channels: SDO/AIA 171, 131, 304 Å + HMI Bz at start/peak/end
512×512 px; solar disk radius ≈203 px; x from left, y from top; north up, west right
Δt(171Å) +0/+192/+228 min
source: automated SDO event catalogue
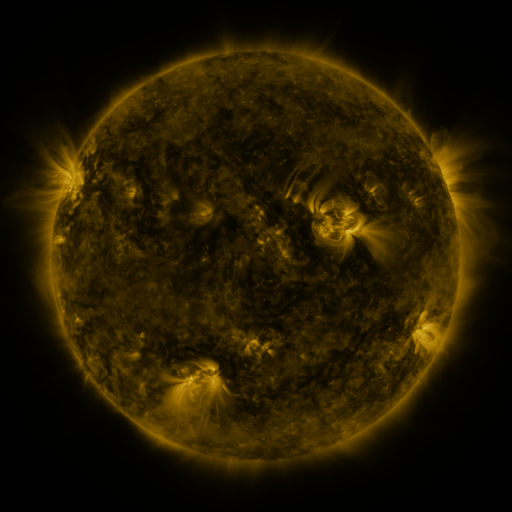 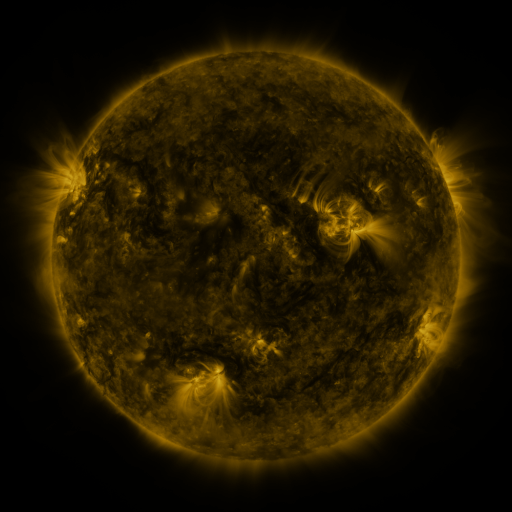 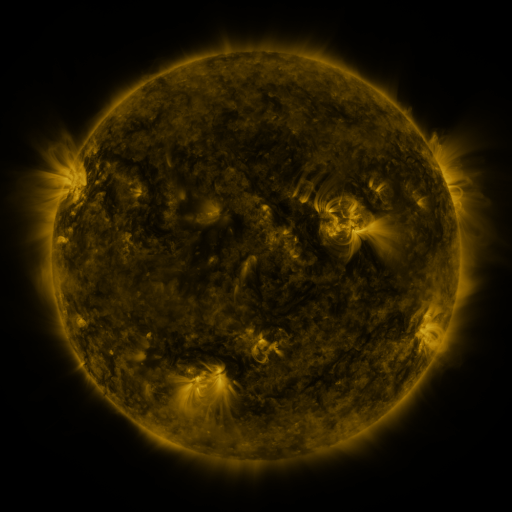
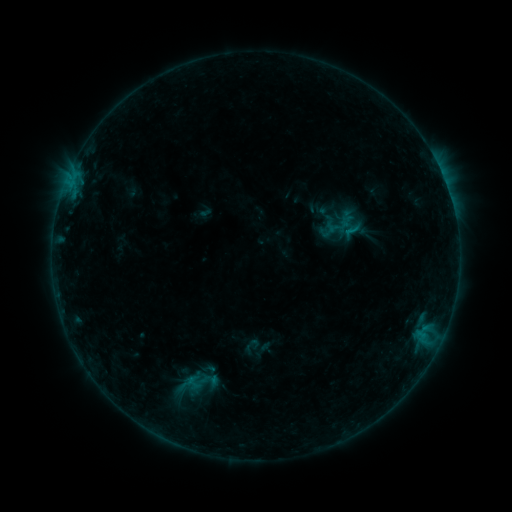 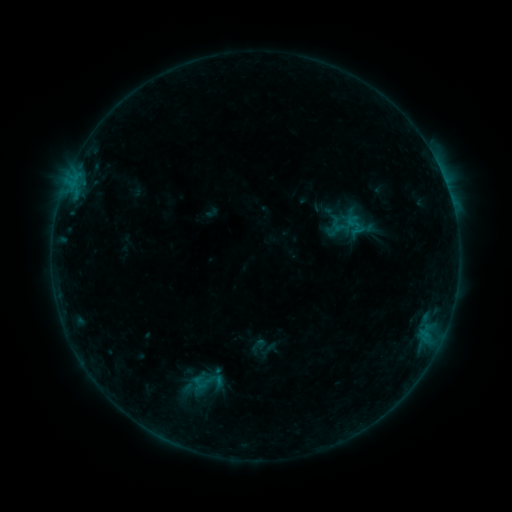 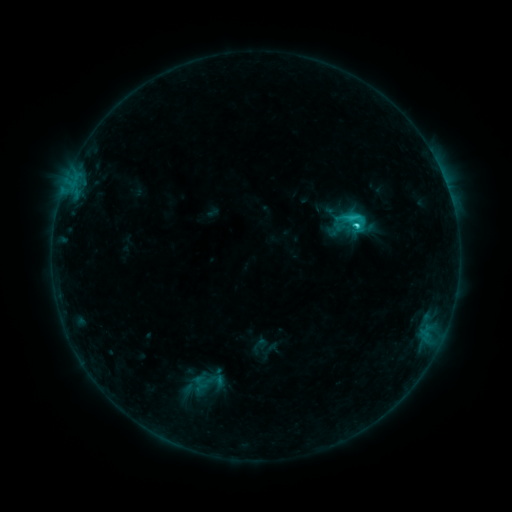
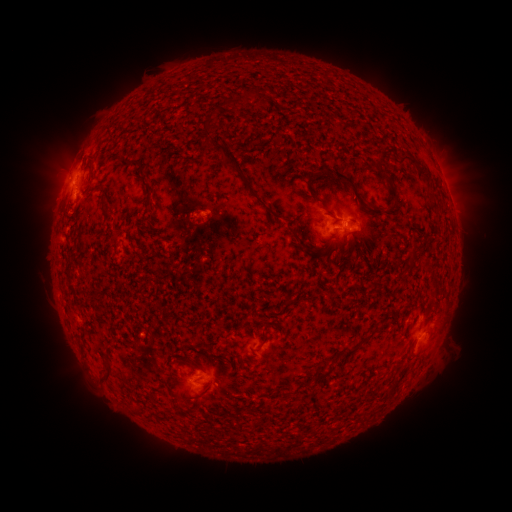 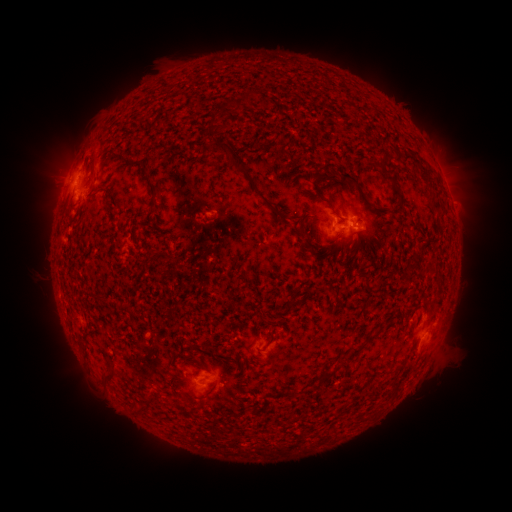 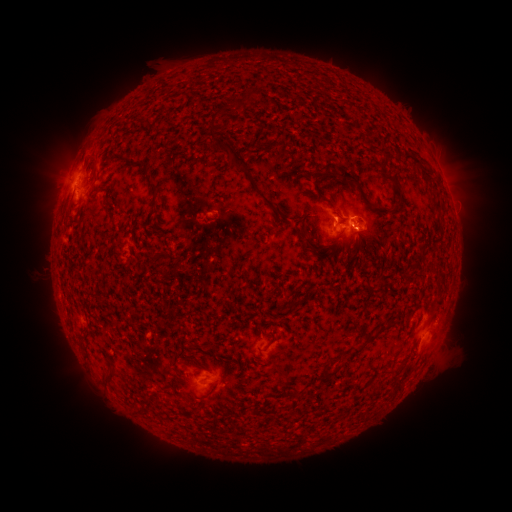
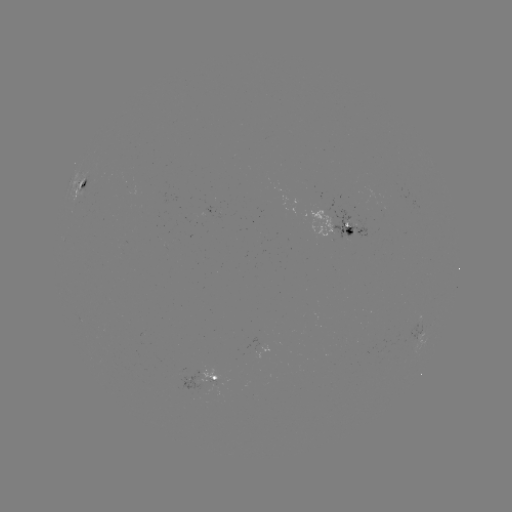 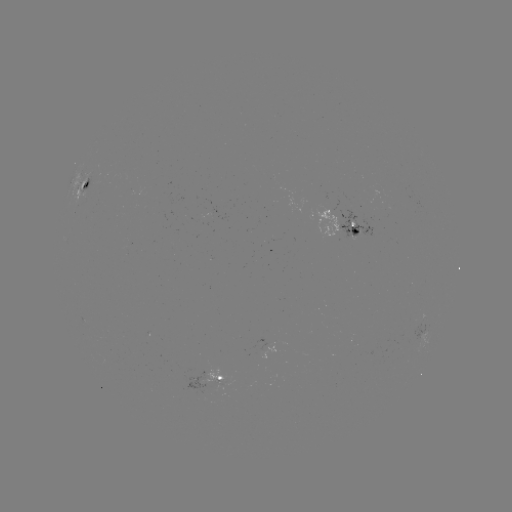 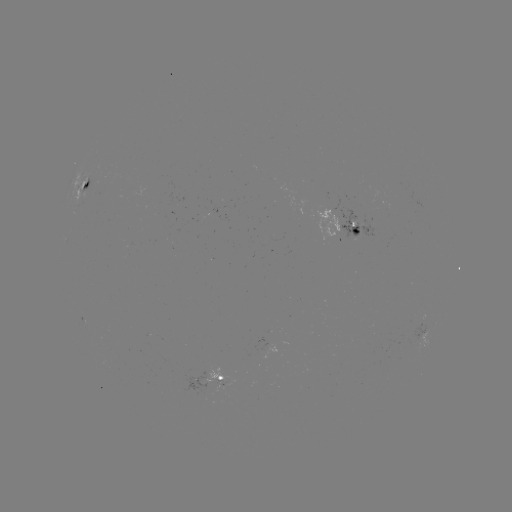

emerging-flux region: <bbox>312, 205, 342, 237</bbox>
